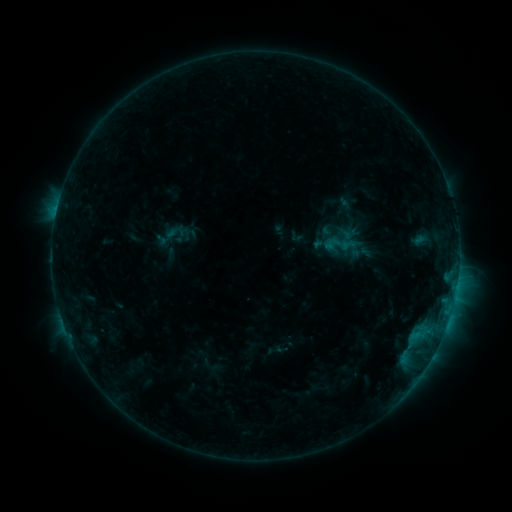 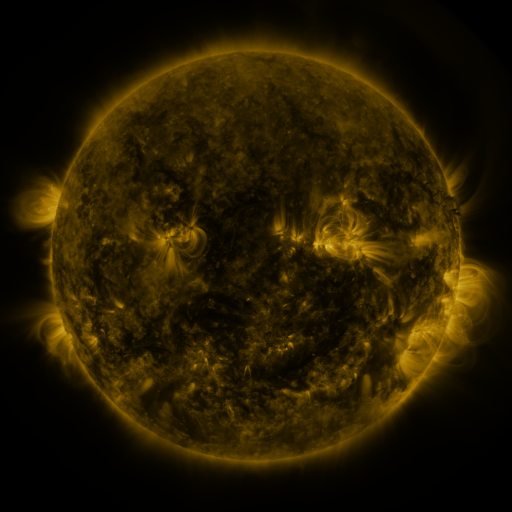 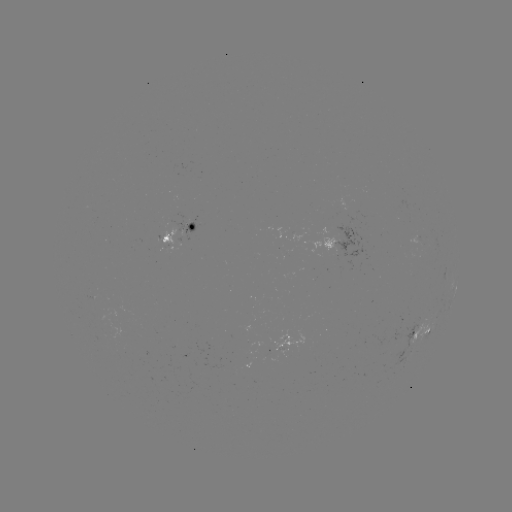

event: sigmoid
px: (337, 244)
